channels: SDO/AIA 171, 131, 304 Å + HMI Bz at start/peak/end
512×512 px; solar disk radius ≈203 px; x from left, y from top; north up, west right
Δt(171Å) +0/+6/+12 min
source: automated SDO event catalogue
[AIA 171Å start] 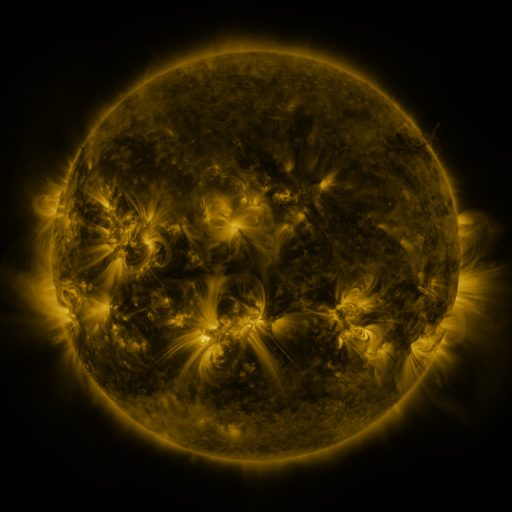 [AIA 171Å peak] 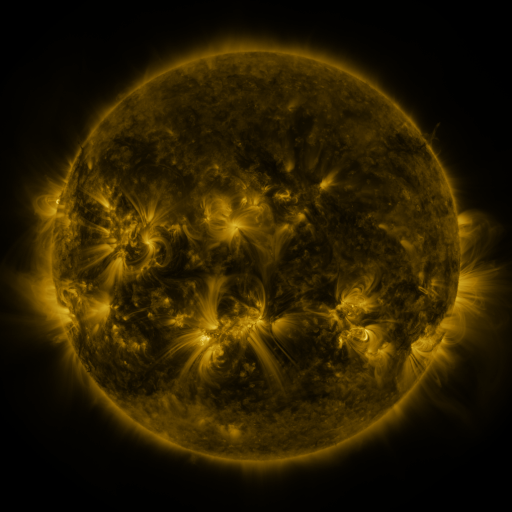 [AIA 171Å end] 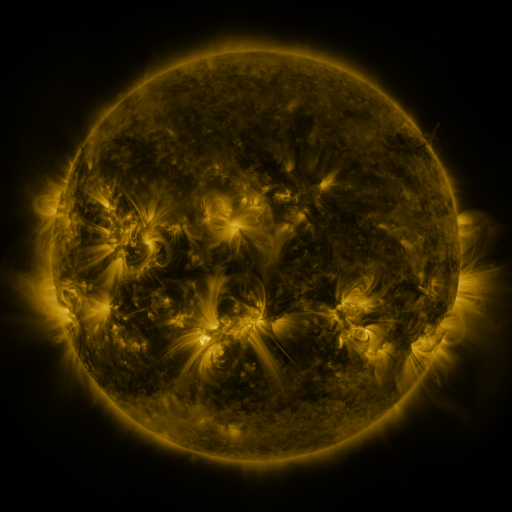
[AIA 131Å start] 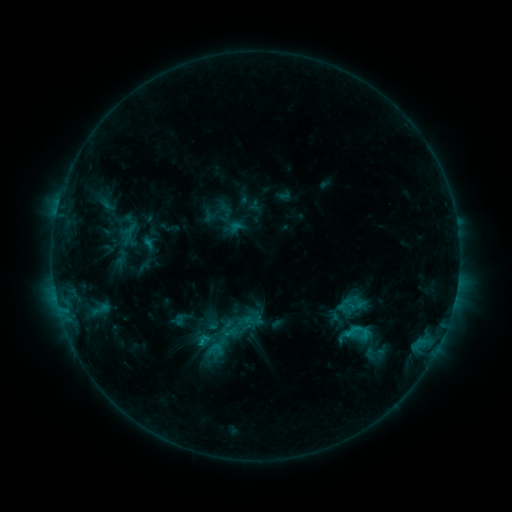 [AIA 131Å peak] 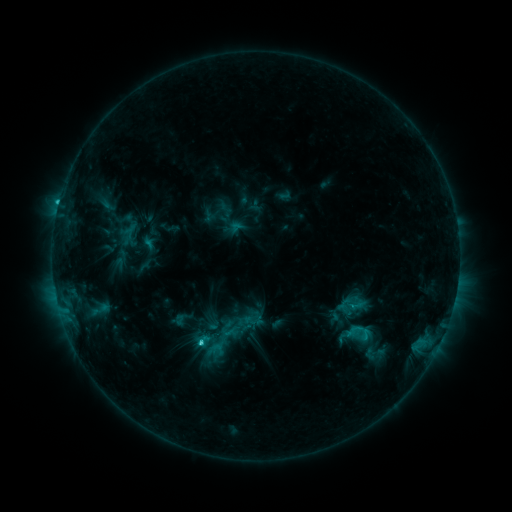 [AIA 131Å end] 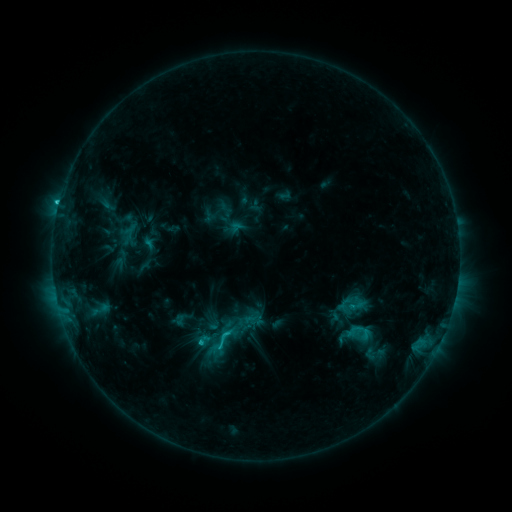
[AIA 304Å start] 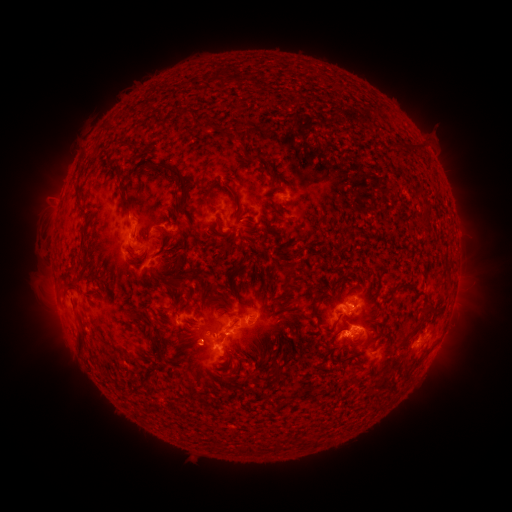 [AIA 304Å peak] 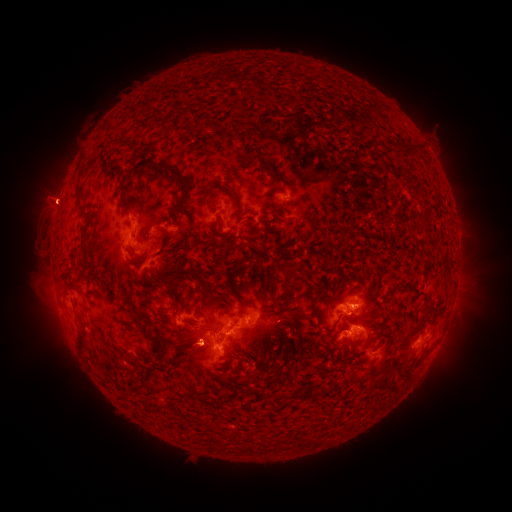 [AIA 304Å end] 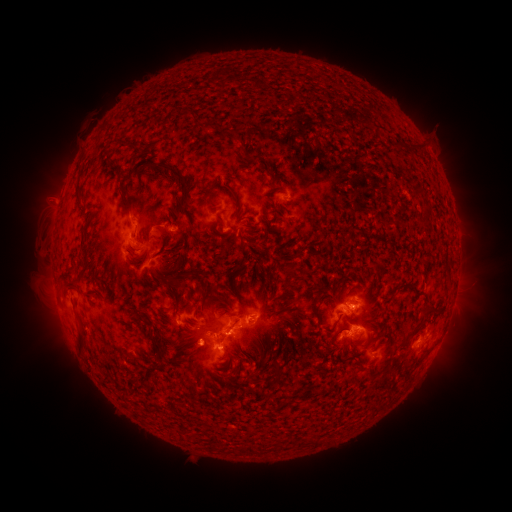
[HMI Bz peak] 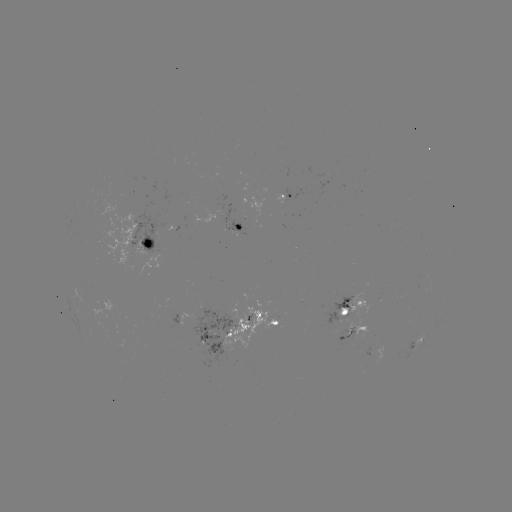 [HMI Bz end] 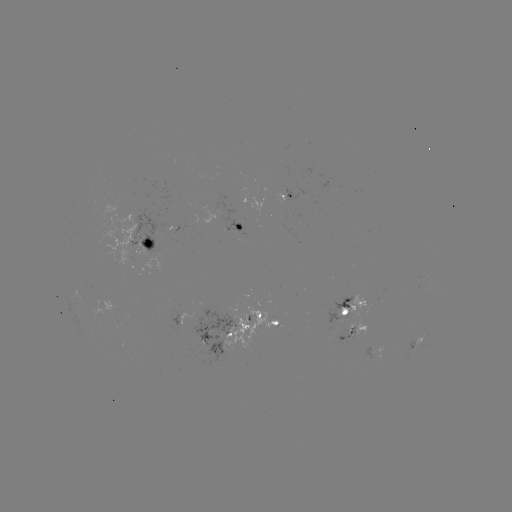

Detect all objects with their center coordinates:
C2.9 flare: (203, 340)
